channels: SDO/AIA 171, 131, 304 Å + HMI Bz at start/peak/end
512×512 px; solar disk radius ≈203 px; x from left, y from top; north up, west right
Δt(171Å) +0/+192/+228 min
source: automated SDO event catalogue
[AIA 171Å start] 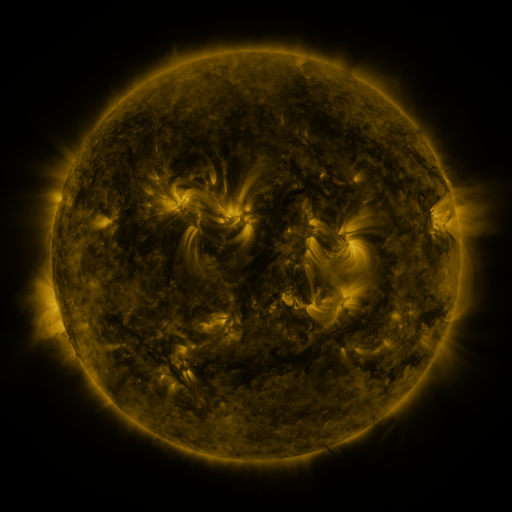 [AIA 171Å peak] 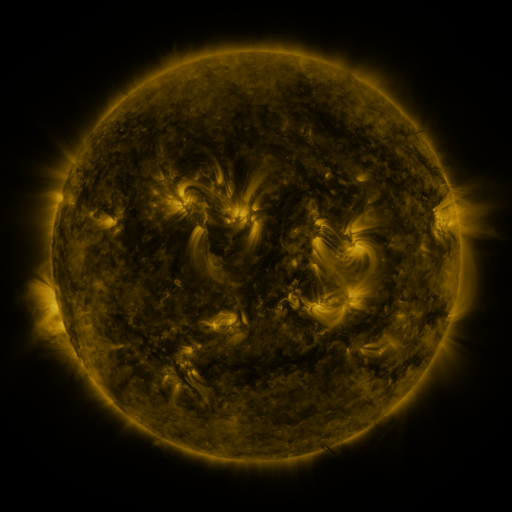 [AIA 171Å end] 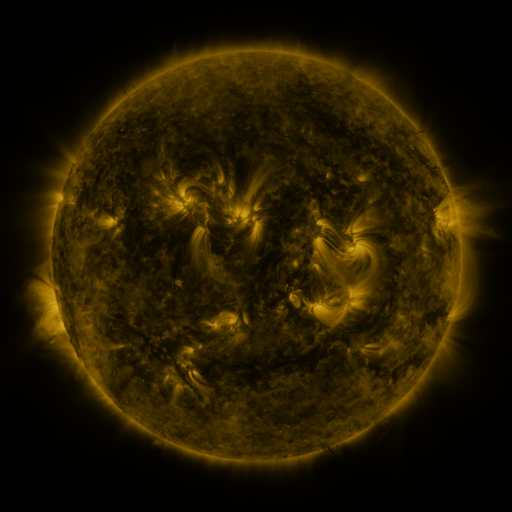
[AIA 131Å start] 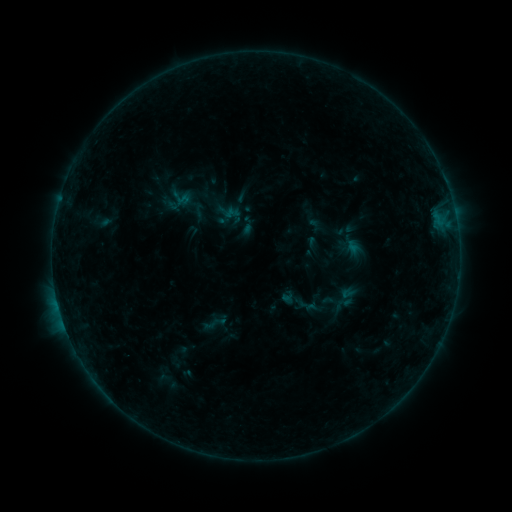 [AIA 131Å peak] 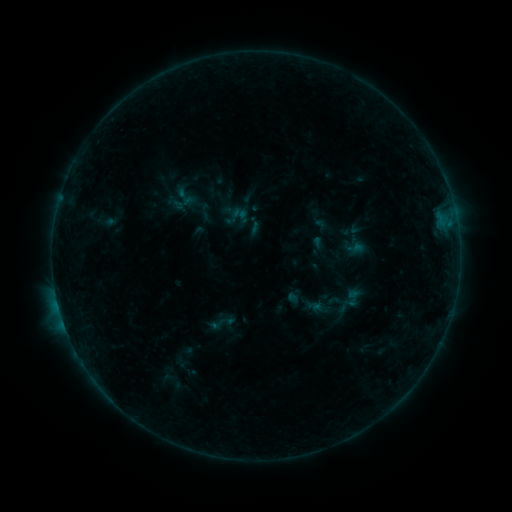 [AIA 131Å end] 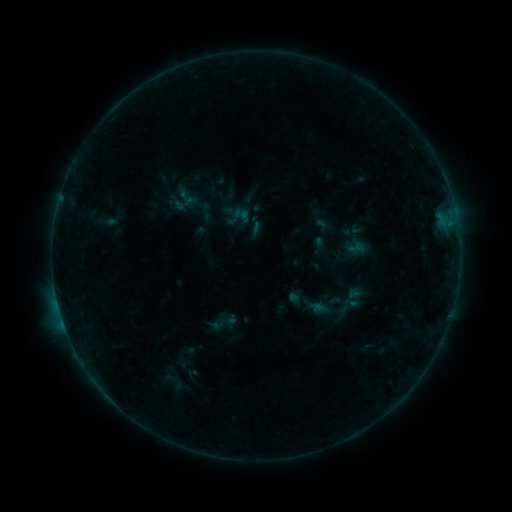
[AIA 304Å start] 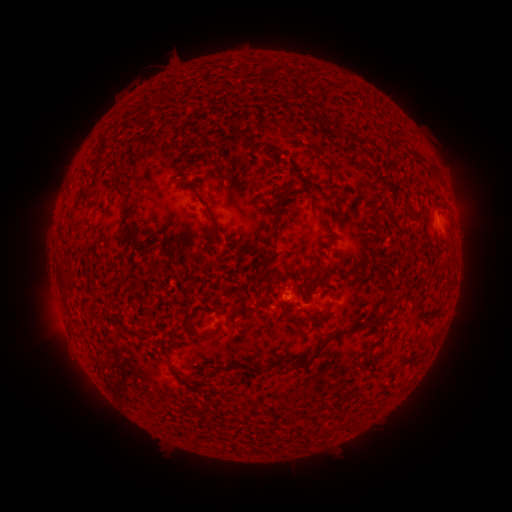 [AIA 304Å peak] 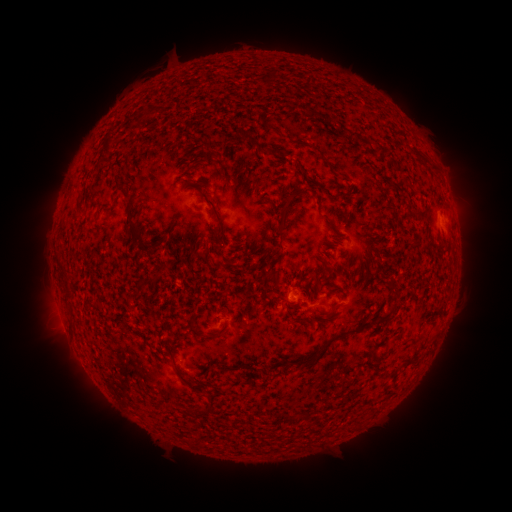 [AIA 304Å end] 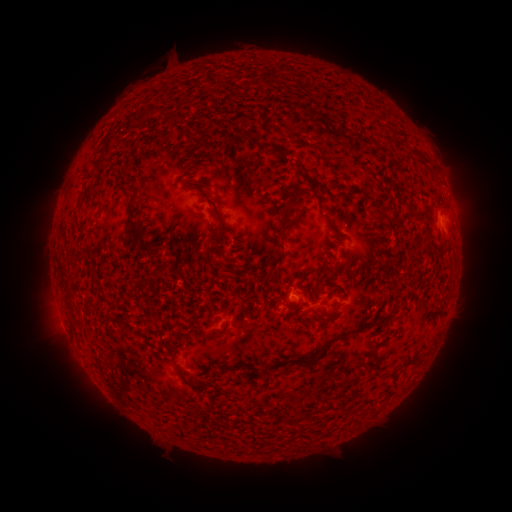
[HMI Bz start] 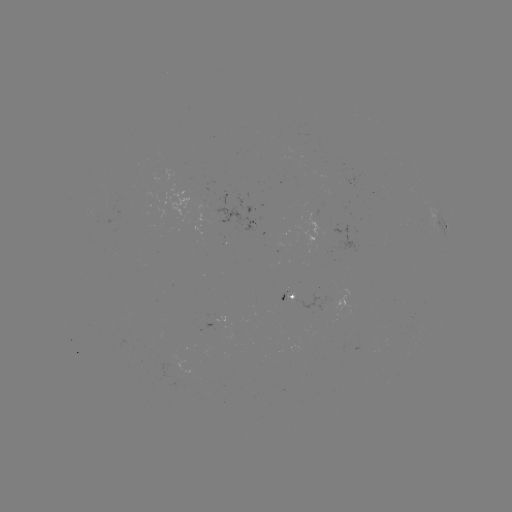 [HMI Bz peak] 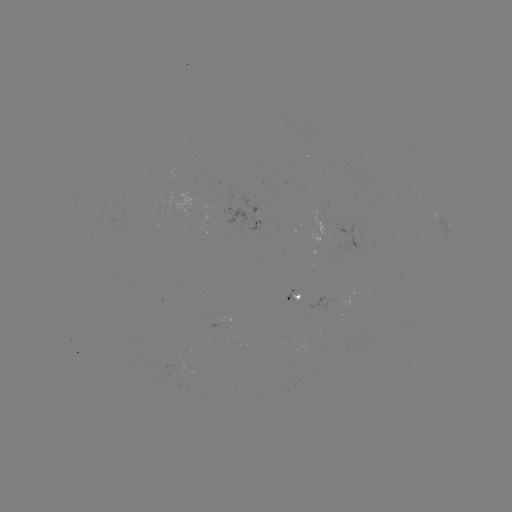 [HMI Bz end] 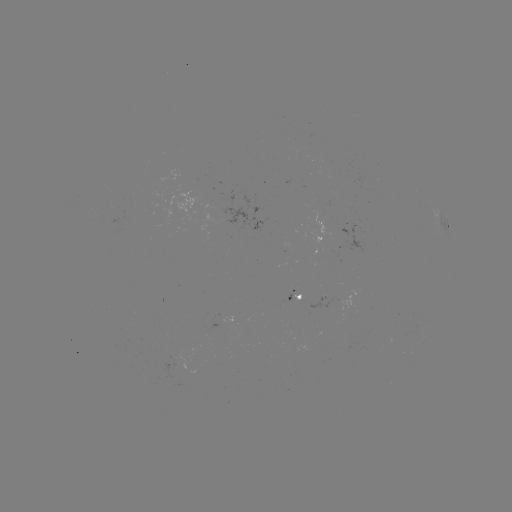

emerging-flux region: (242, 318, 253, 321)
